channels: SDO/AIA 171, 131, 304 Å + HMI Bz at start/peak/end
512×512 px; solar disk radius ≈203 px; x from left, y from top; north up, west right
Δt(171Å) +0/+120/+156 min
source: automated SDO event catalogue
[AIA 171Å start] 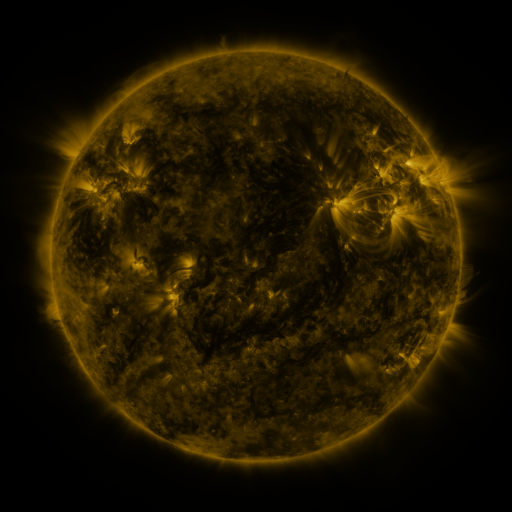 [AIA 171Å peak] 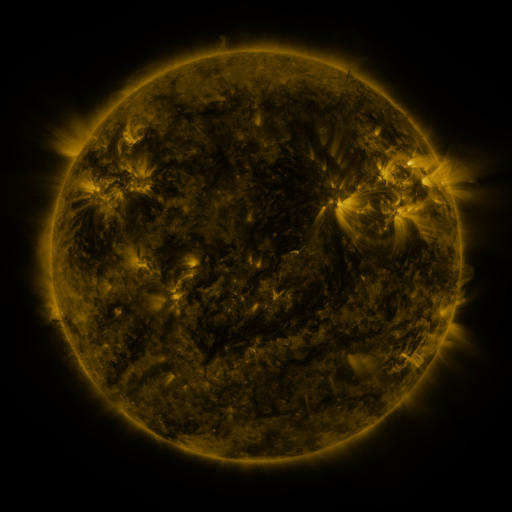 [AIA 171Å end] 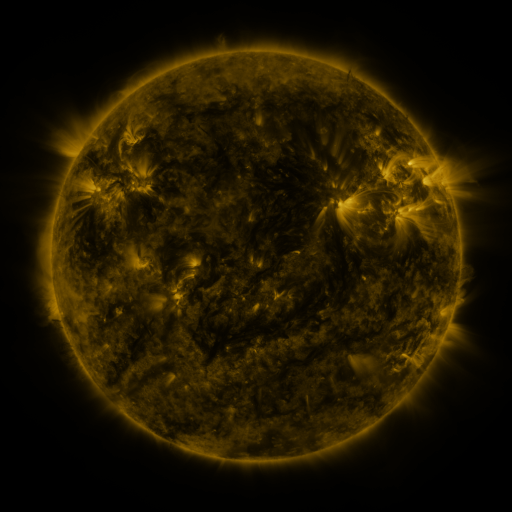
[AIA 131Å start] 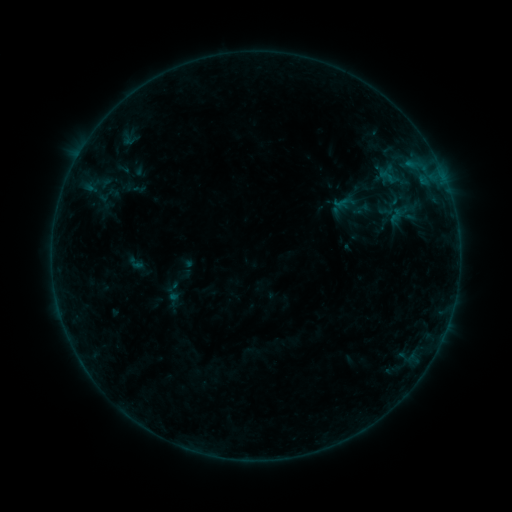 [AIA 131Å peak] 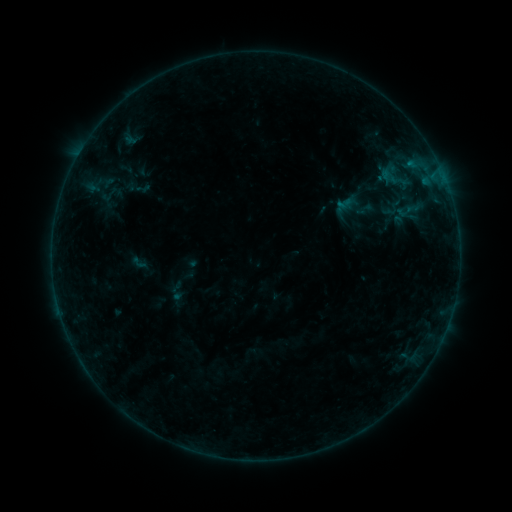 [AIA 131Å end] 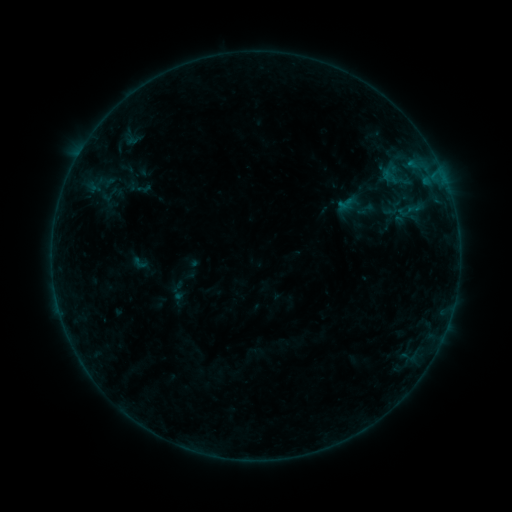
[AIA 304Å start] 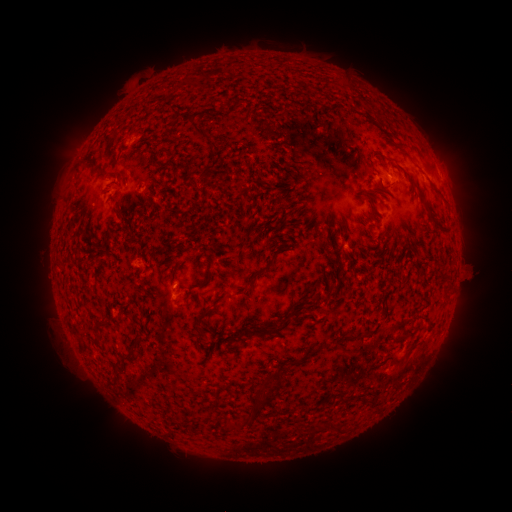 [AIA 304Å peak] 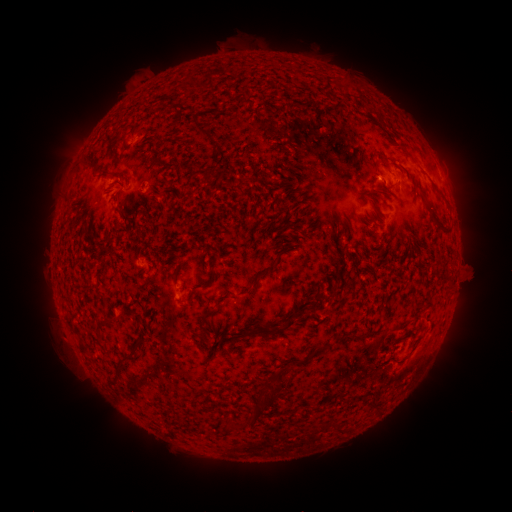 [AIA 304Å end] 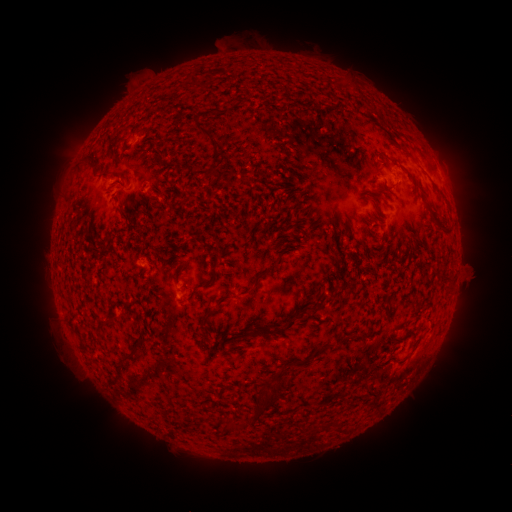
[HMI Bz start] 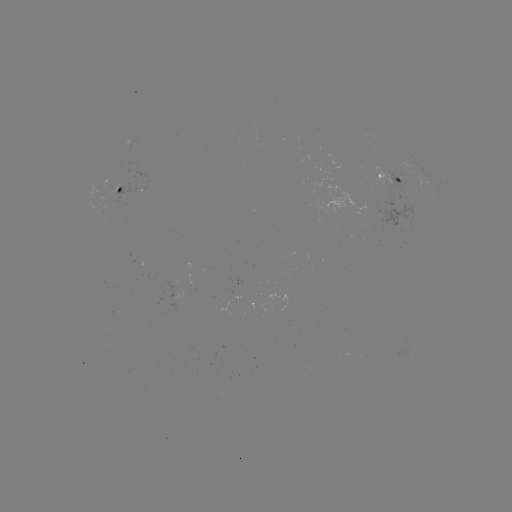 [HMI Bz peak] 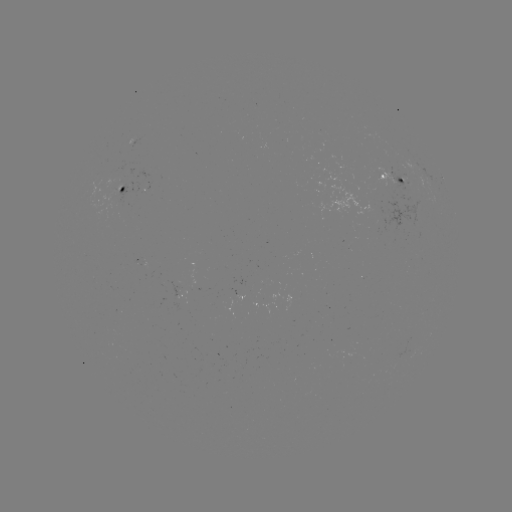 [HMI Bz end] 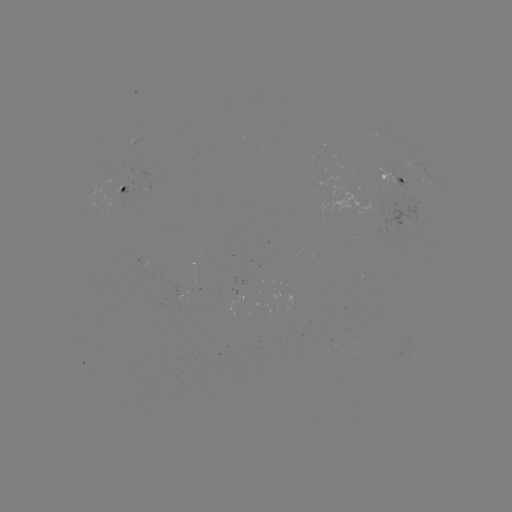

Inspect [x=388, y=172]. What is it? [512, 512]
emerging-flux region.